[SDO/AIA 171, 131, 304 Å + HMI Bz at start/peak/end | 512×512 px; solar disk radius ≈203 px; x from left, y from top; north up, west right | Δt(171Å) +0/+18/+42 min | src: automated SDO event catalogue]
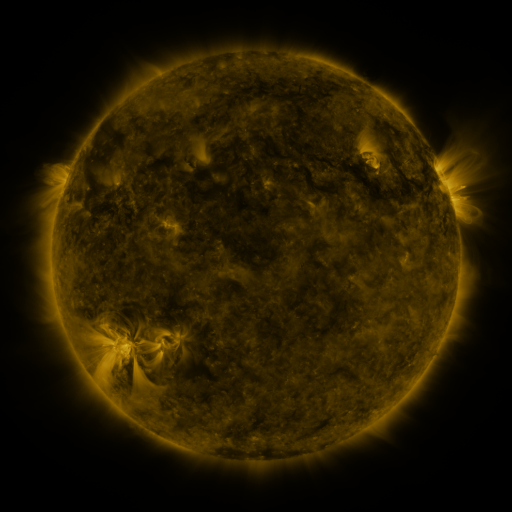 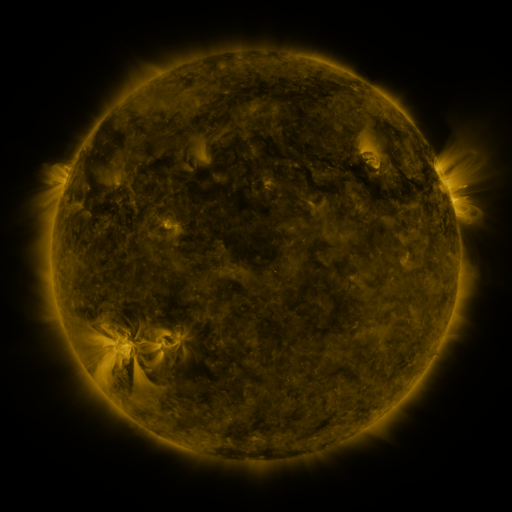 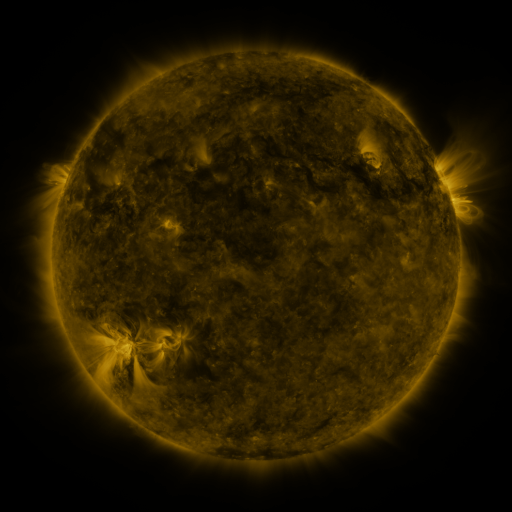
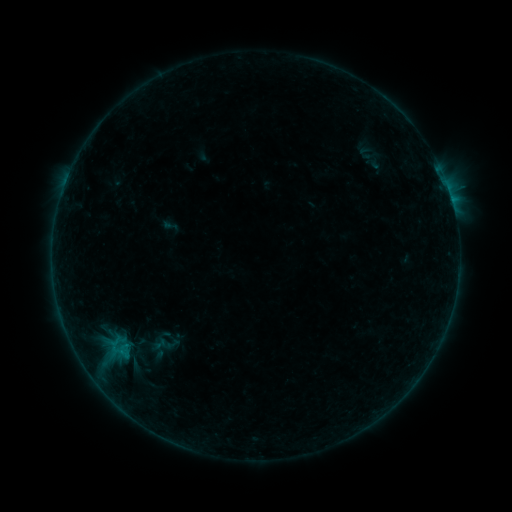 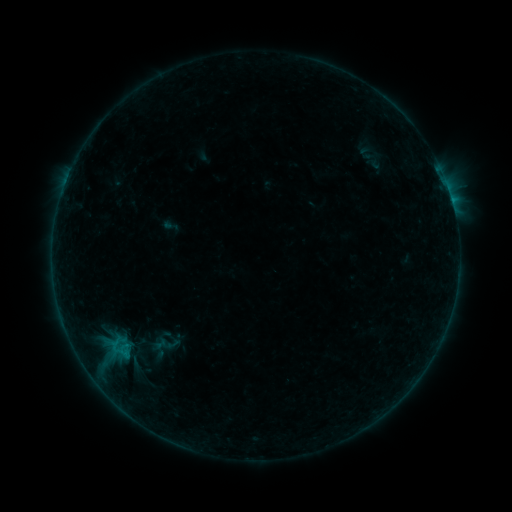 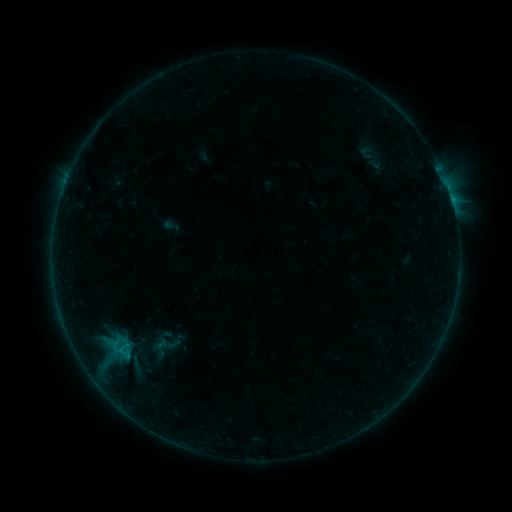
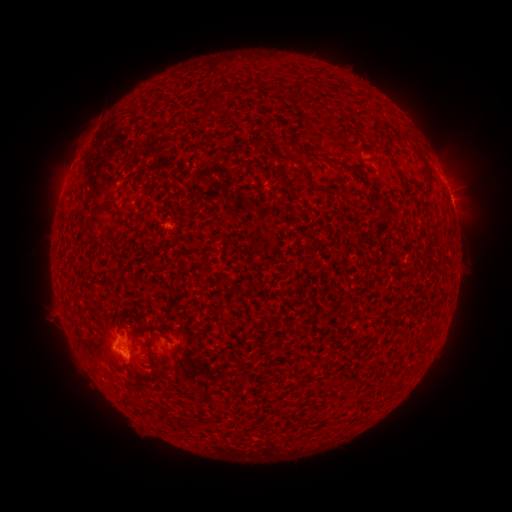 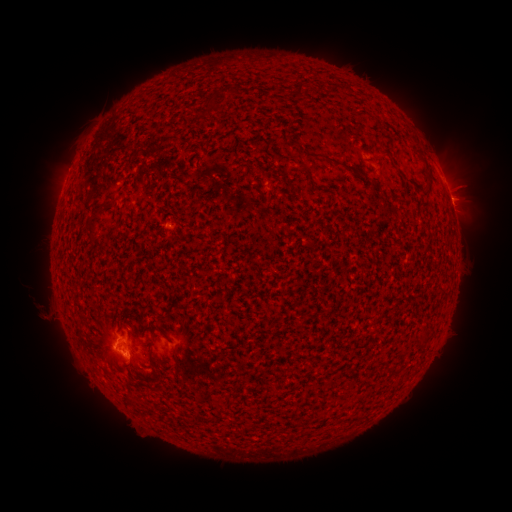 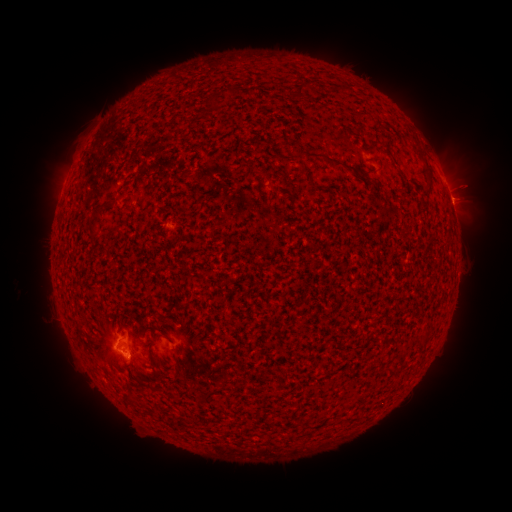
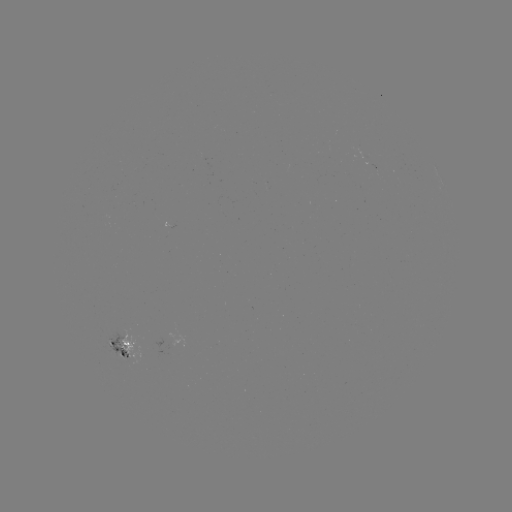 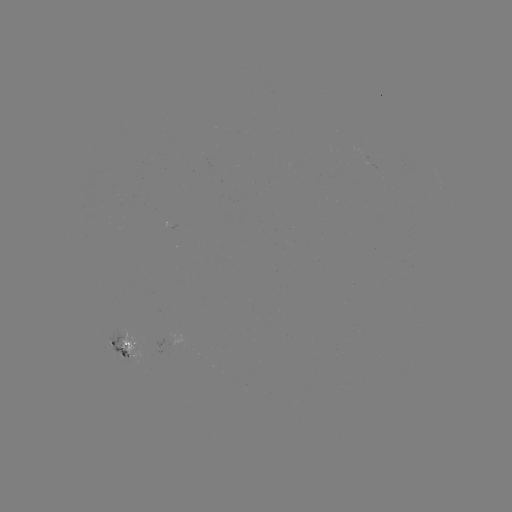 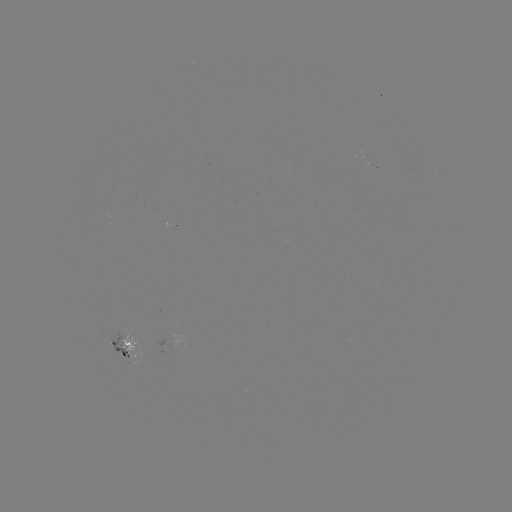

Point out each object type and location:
eruption: (35, 306)
